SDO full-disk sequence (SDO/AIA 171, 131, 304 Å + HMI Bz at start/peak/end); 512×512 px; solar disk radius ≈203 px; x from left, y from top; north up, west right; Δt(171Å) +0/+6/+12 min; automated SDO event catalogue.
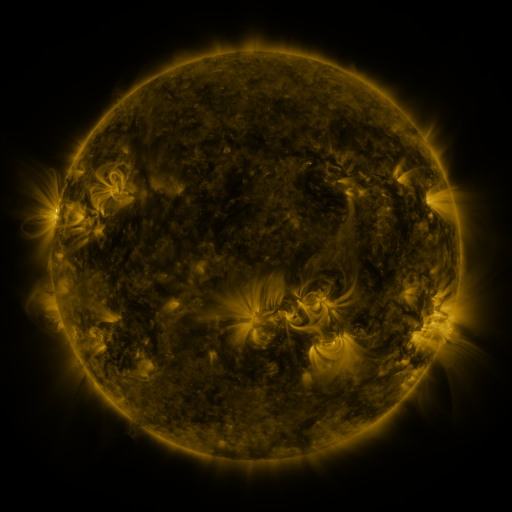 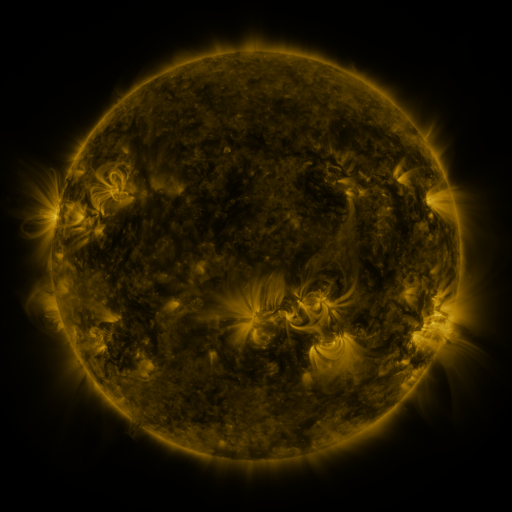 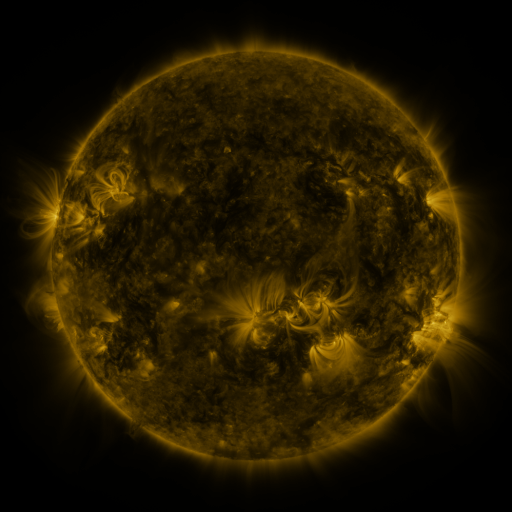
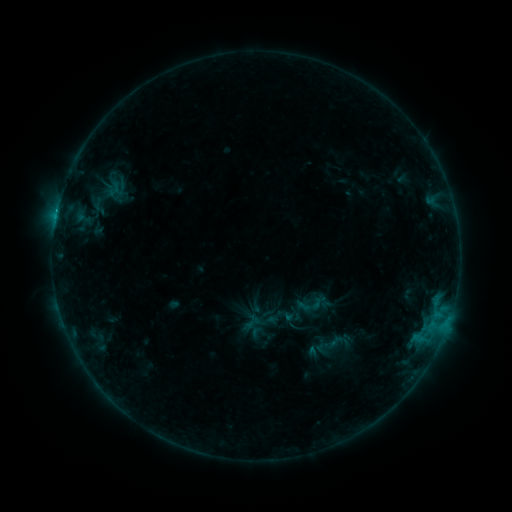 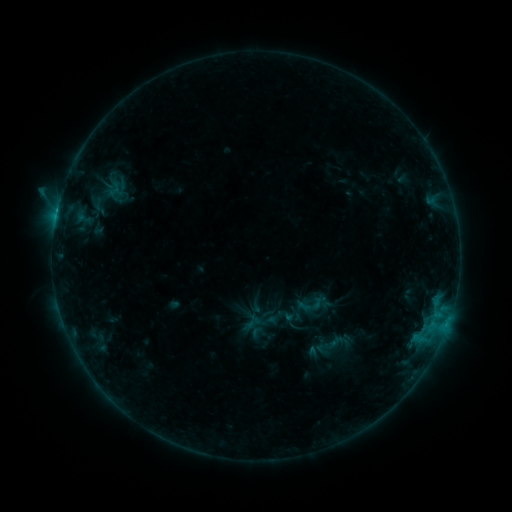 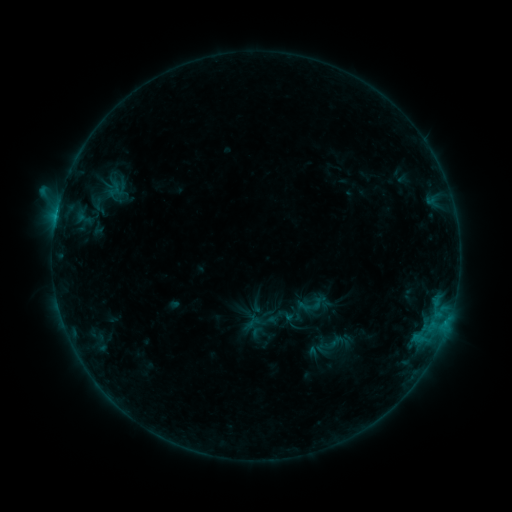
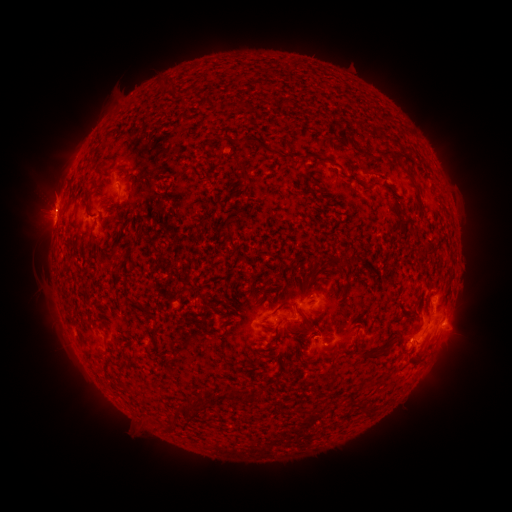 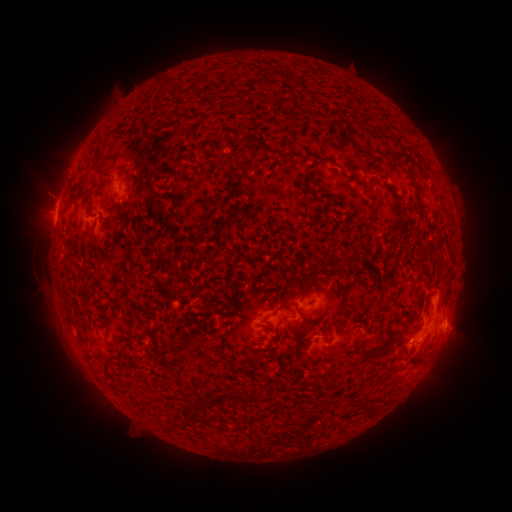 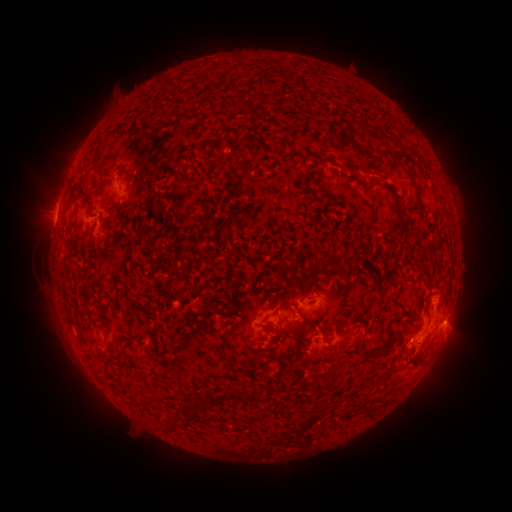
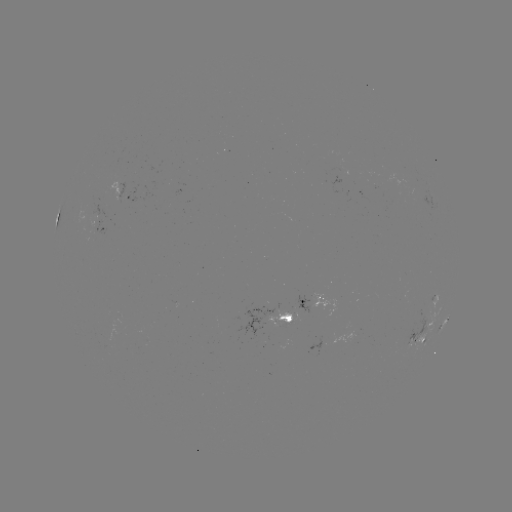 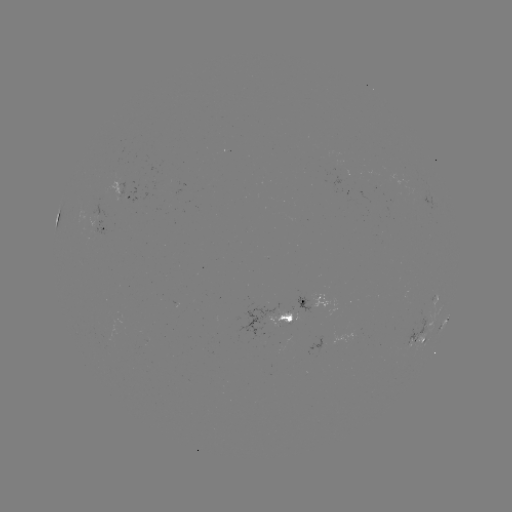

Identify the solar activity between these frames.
C1.6 flare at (58, 209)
